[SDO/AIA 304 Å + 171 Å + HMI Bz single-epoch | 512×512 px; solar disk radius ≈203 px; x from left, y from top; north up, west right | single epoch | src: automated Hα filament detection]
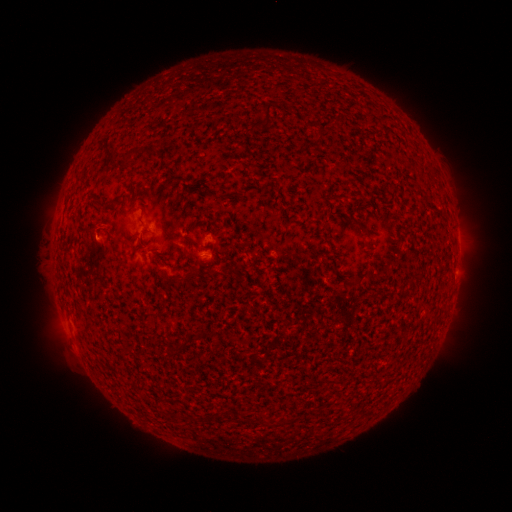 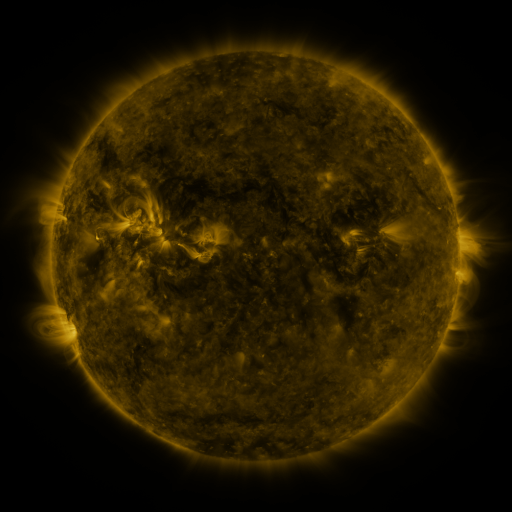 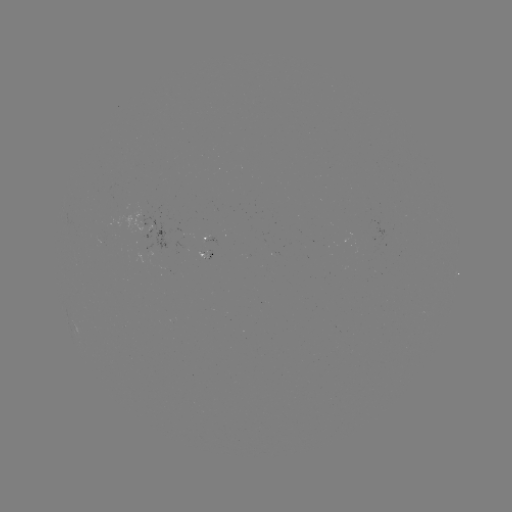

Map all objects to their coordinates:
filament: [261, 104, 272, 127]
filament: [316, 127, 324, 139]
filament: [132, 146, 144, 154]
filament: [185, 268, 195, 279]
